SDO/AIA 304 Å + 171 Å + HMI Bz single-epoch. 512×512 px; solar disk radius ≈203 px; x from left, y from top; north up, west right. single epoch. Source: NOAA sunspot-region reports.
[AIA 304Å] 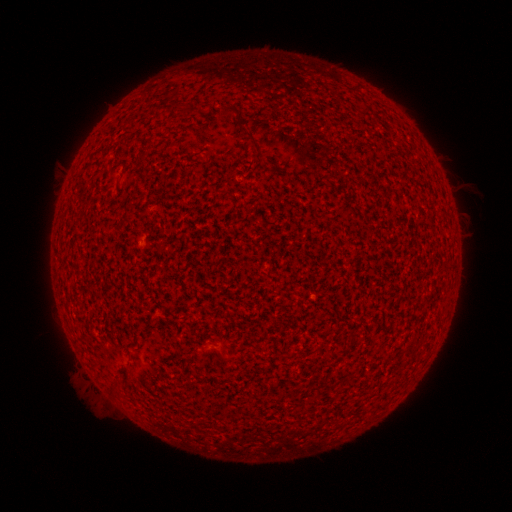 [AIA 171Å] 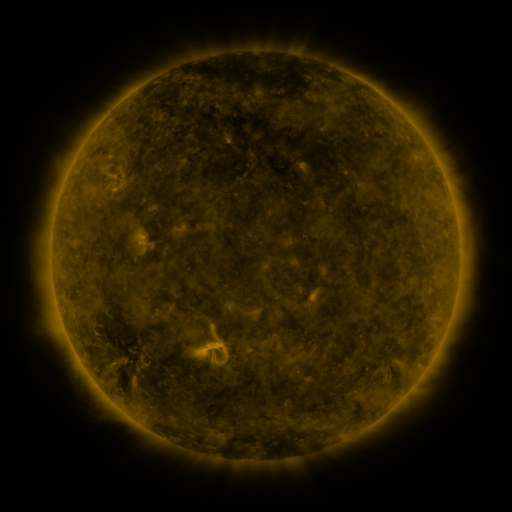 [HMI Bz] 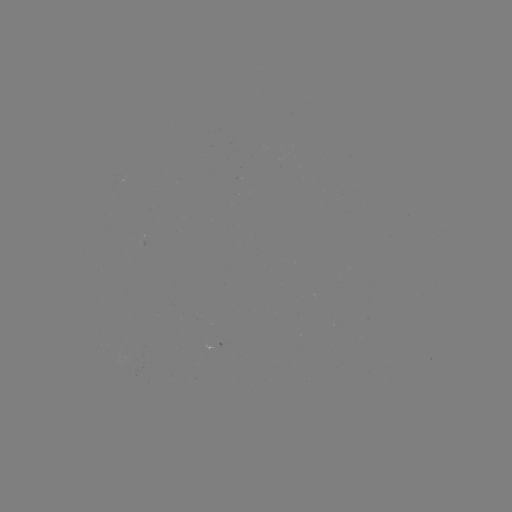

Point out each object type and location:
(none)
